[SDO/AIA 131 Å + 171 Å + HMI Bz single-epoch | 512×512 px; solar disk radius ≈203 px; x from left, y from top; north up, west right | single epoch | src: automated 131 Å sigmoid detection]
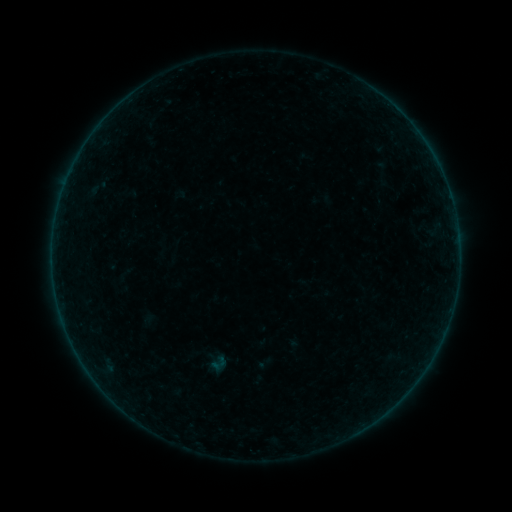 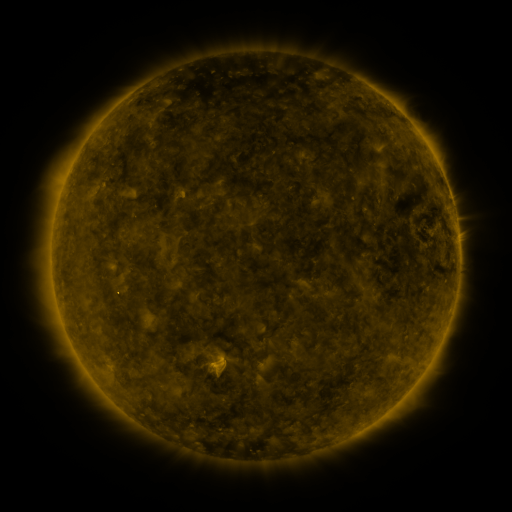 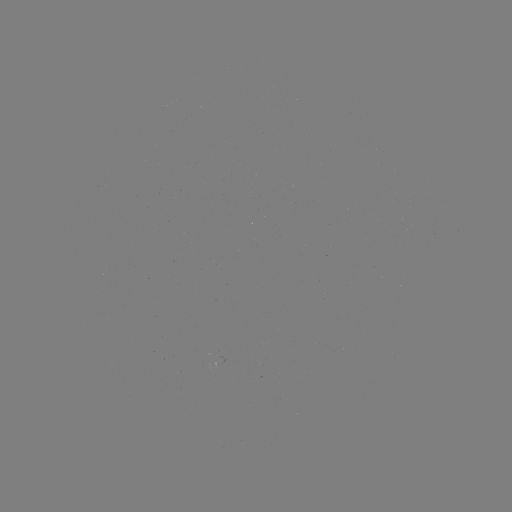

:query sigmoid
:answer [218, 363]